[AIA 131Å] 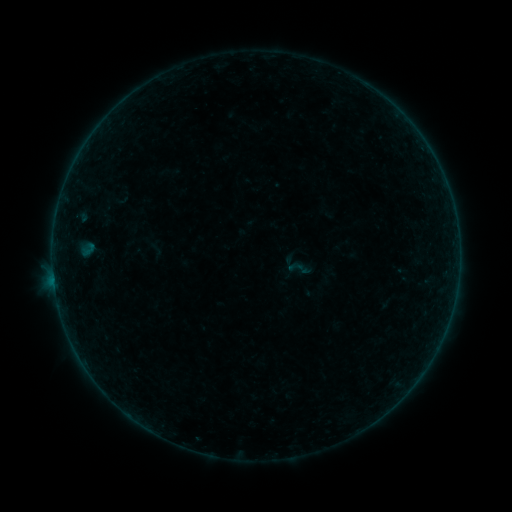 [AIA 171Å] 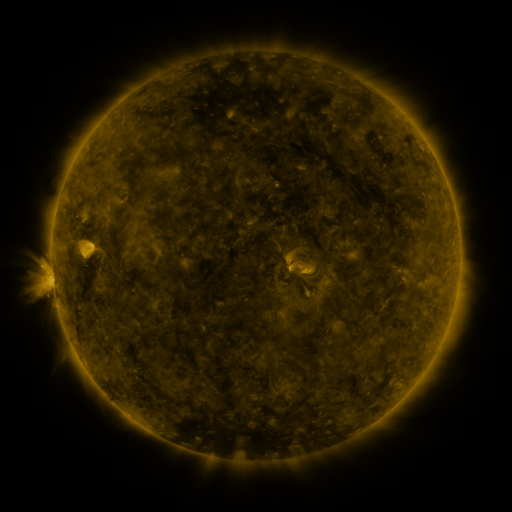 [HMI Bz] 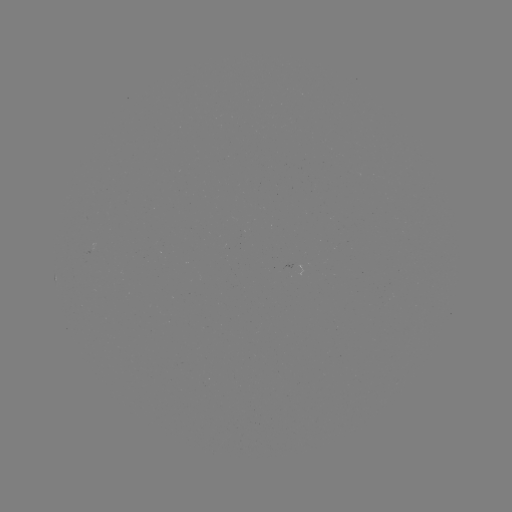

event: sigmoid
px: (299, 268)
